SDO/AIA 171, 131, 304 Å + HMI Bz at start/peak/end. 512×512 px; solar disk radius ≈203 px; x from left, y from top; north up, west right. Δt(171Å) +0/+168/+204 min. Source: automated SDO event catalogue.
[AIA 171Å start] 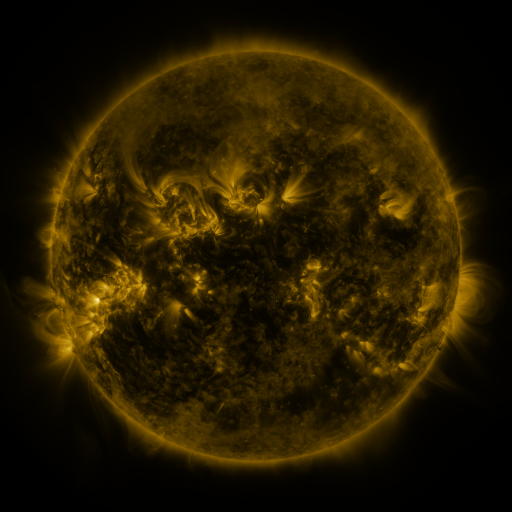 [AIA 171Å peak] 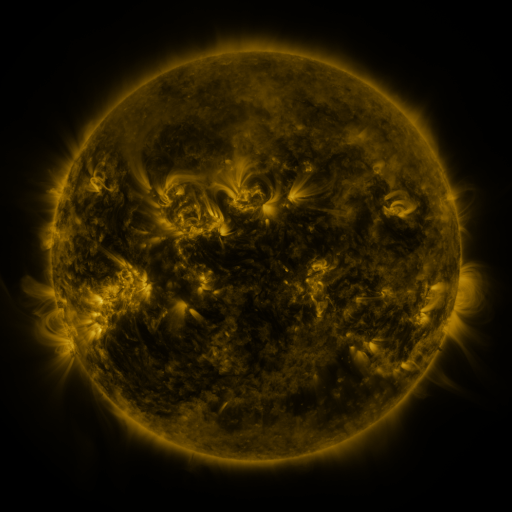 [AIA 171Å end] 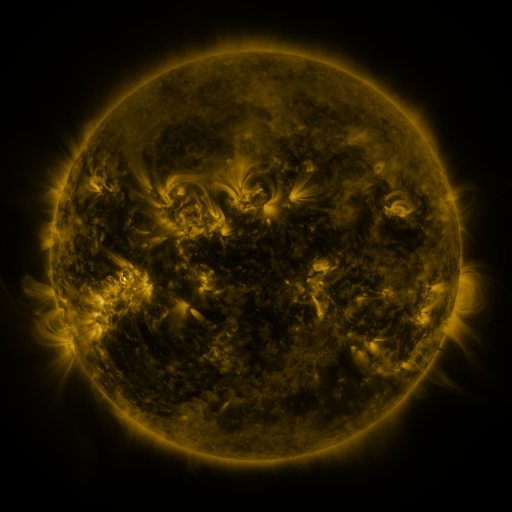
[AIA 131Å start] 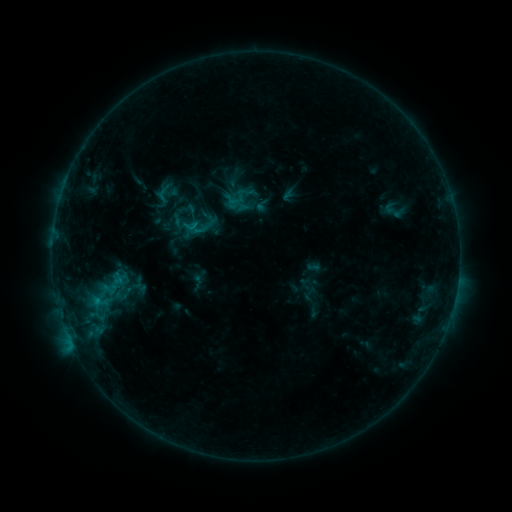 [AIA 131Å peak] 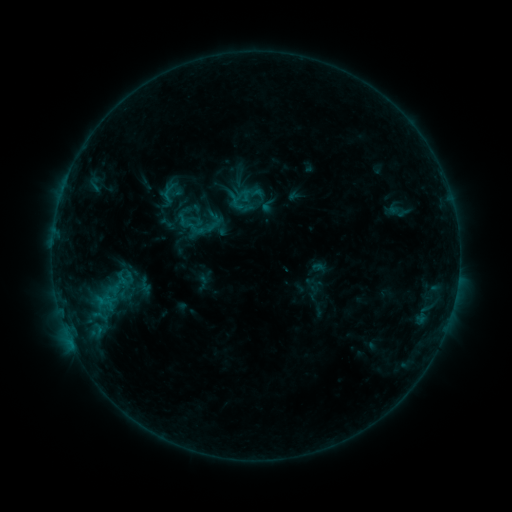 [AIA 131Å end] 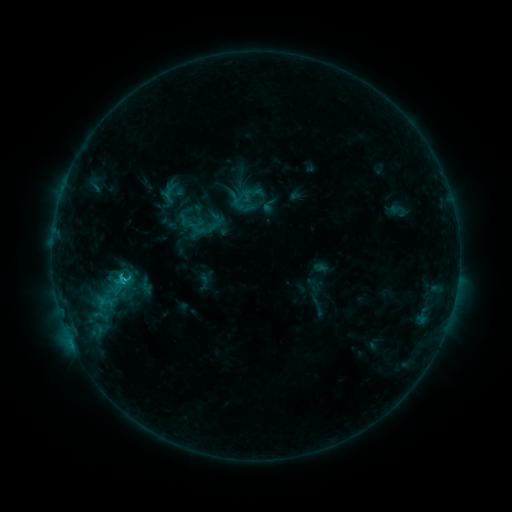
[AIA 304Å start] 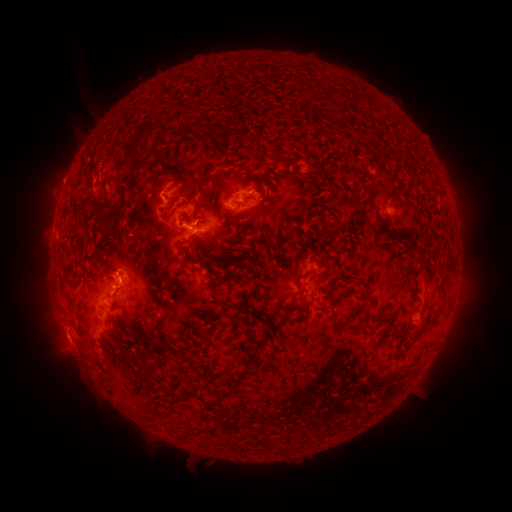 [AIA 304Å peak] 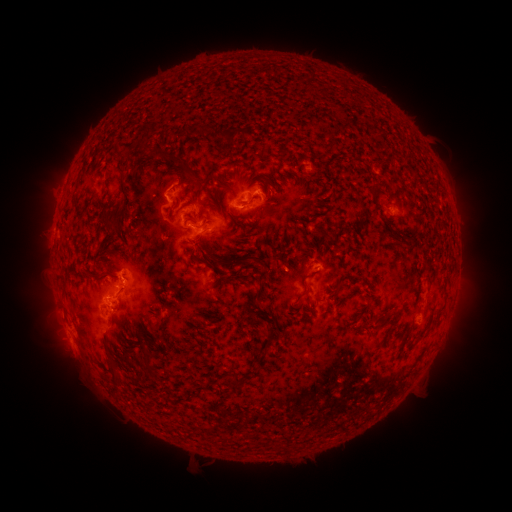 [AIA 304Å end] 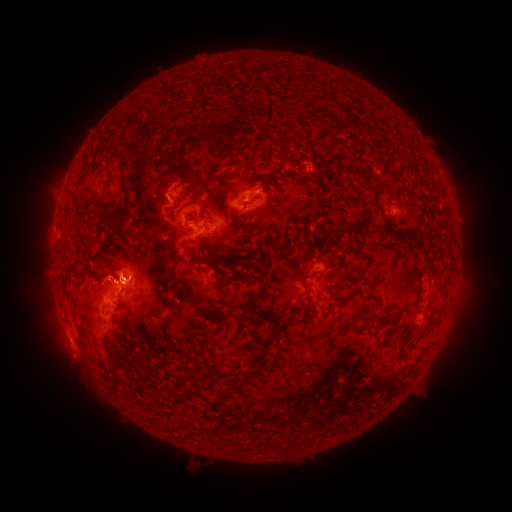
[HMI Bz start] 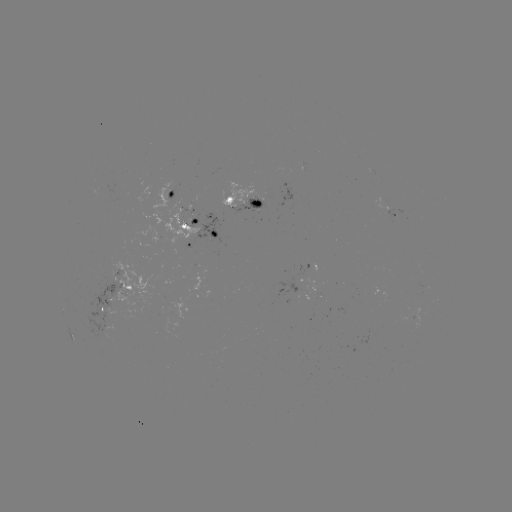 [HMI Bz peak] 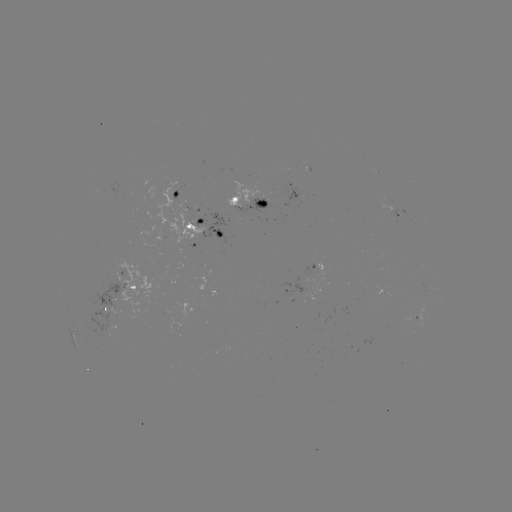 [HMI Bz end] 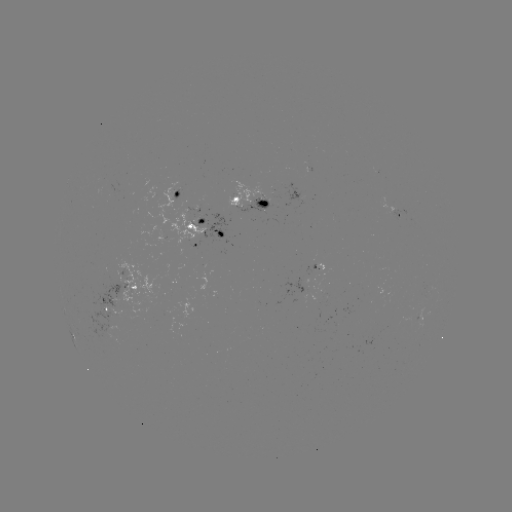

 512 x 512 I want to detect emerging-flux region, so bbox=[376, 197, 407, 220].